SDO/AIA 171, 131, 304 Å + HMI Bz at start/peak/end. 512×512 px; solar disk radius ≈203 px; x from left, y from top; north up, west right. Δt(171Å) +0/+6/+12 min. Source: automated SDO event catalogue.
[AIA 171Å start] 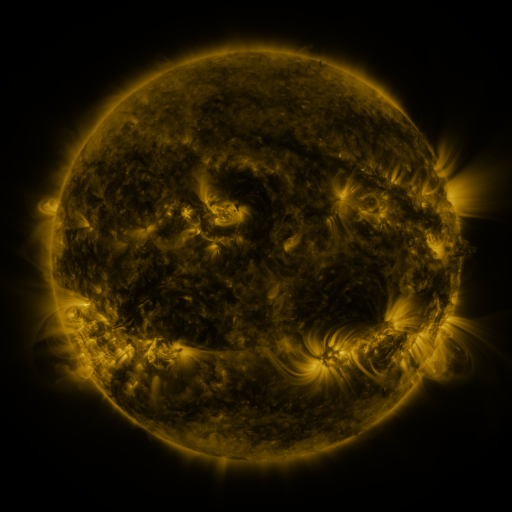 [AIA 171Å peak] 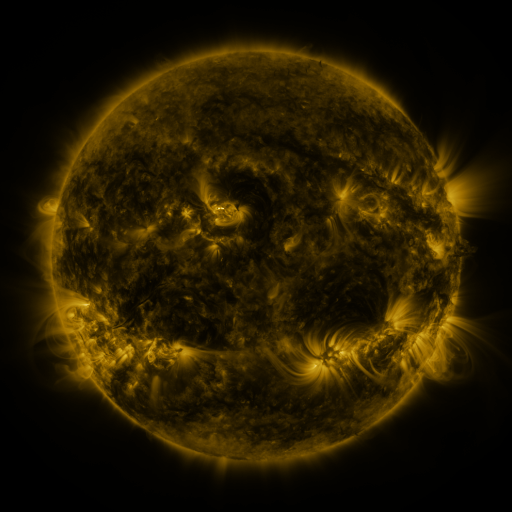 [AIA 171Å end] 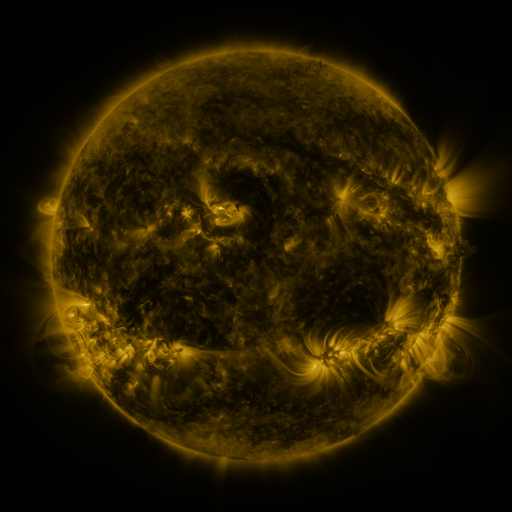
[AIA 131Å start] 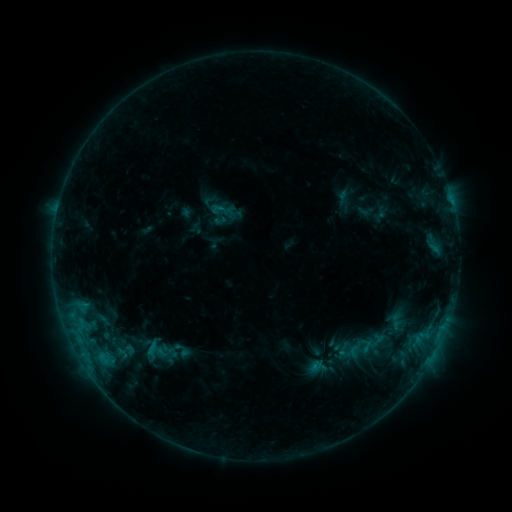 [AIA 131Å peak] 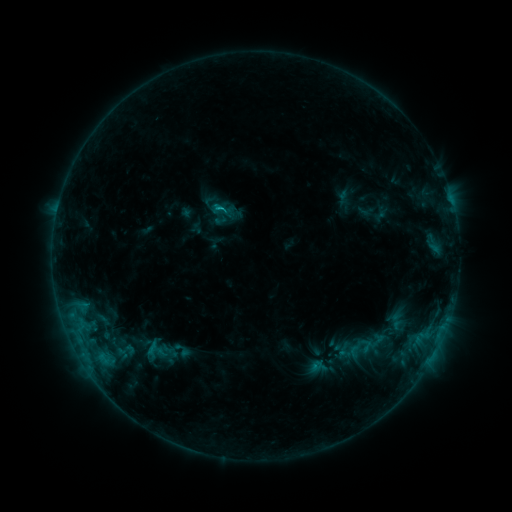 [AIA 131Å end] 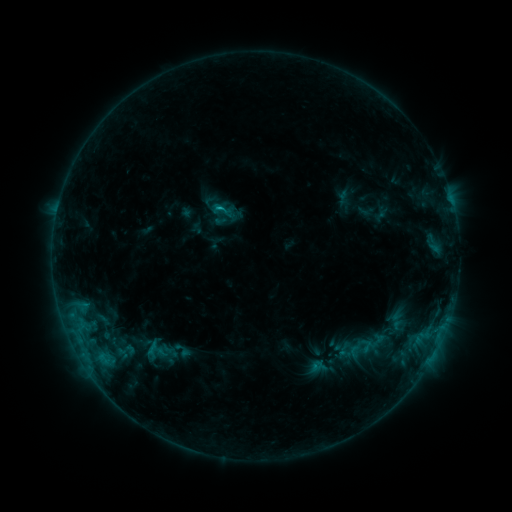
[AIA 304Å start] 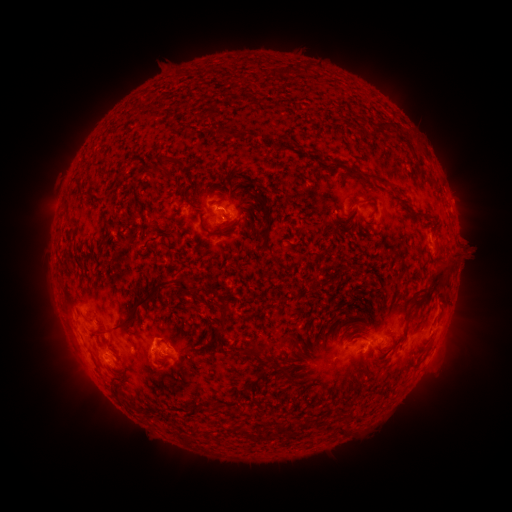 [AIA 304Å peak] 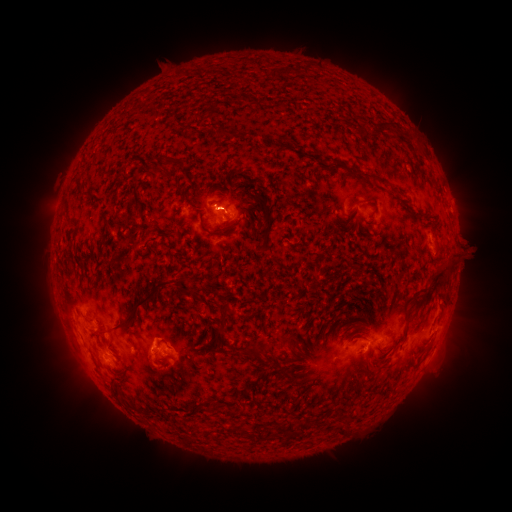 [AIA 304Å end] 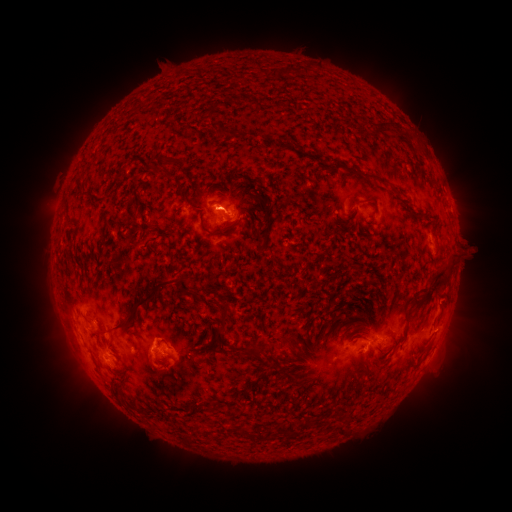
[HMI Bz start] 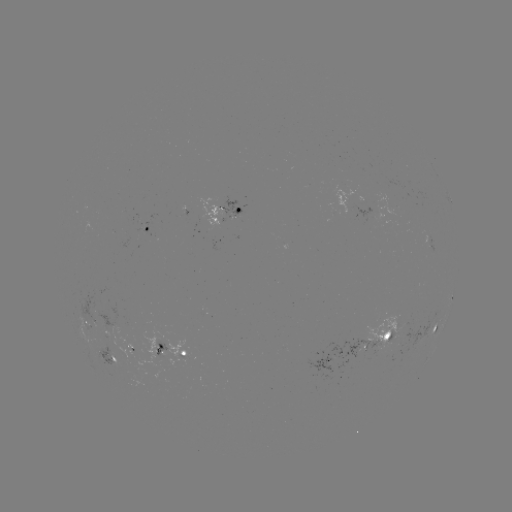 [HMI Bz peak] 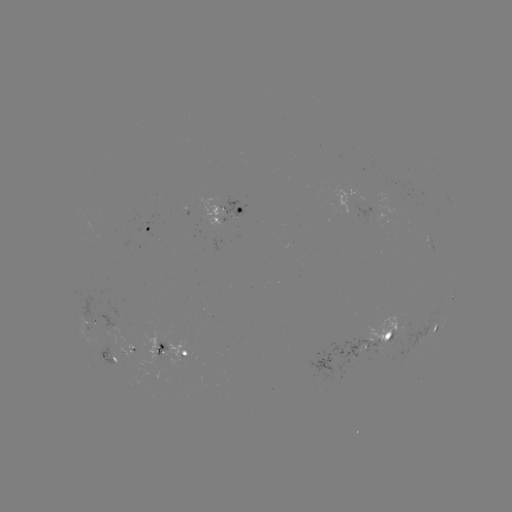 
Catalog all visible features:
C1.3 flare: (222, 209)
